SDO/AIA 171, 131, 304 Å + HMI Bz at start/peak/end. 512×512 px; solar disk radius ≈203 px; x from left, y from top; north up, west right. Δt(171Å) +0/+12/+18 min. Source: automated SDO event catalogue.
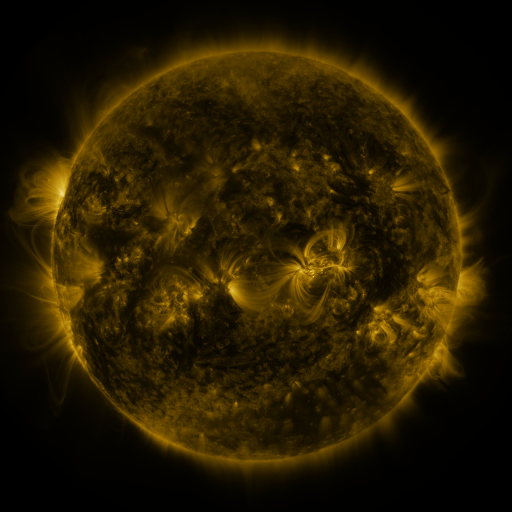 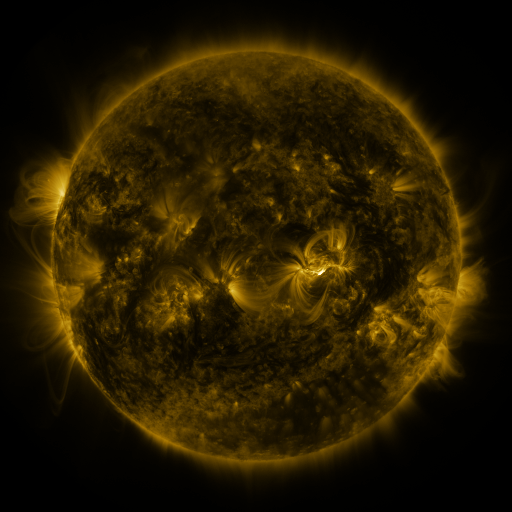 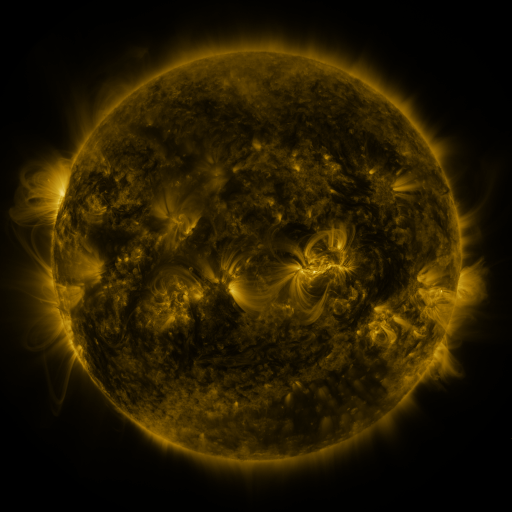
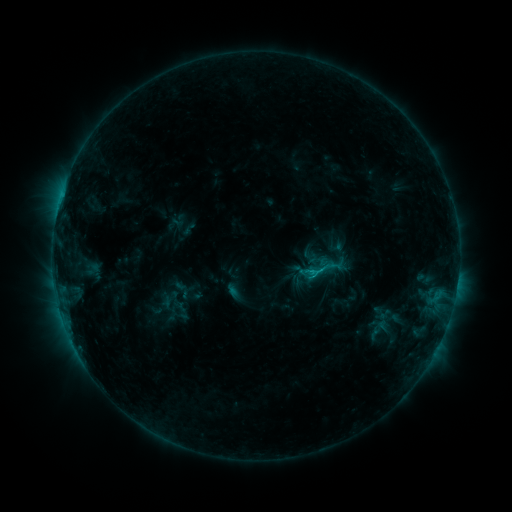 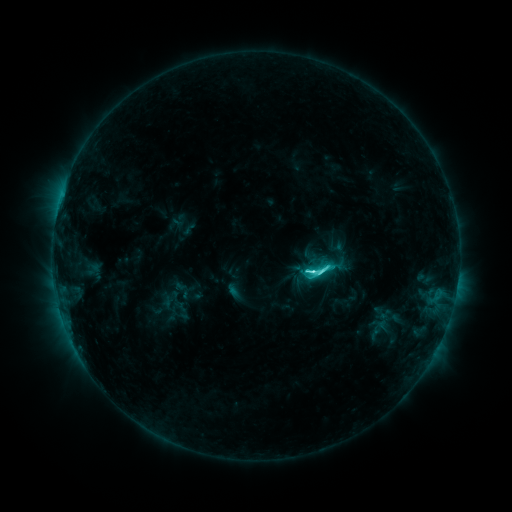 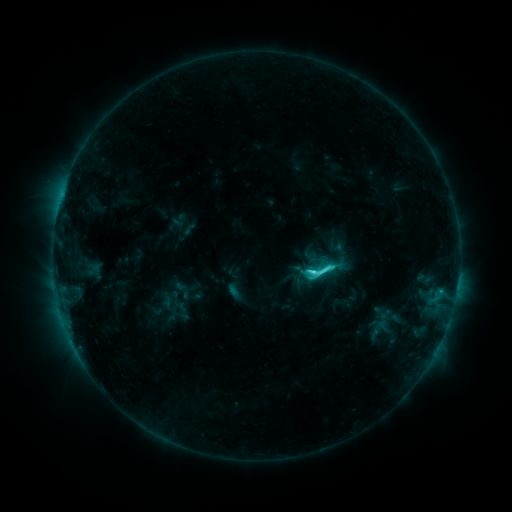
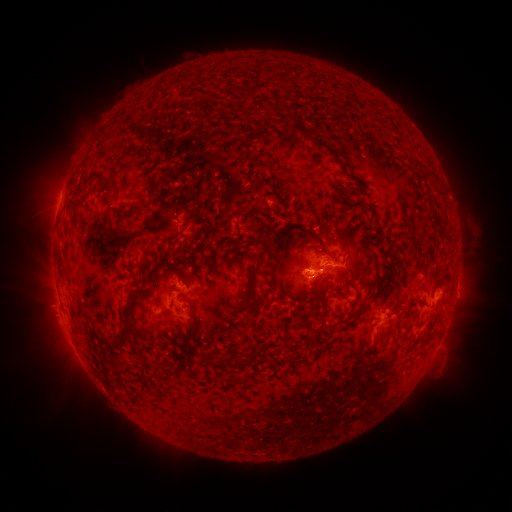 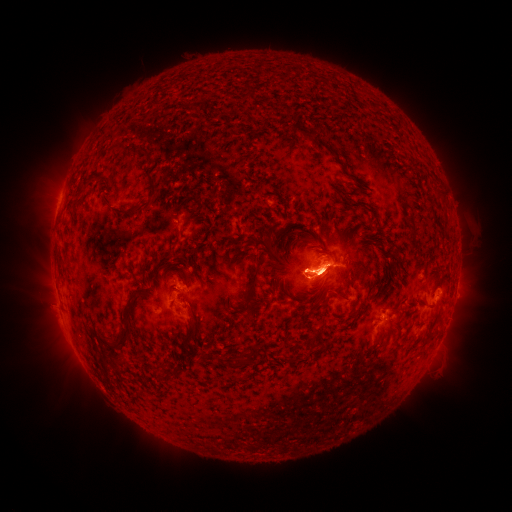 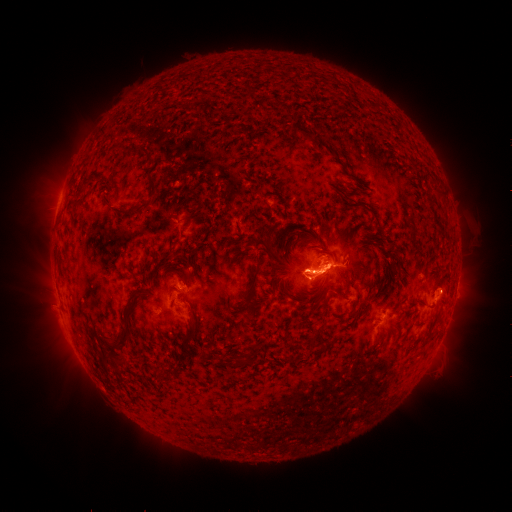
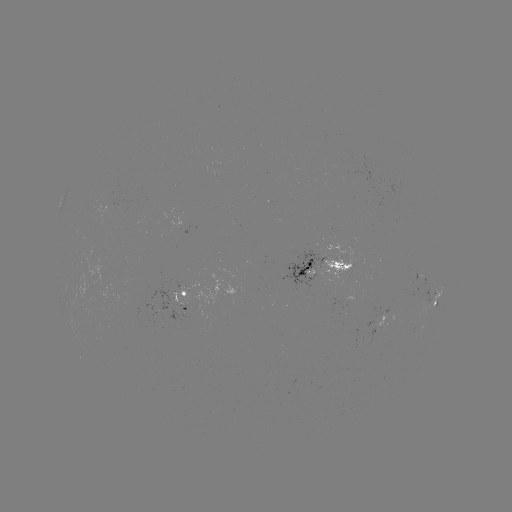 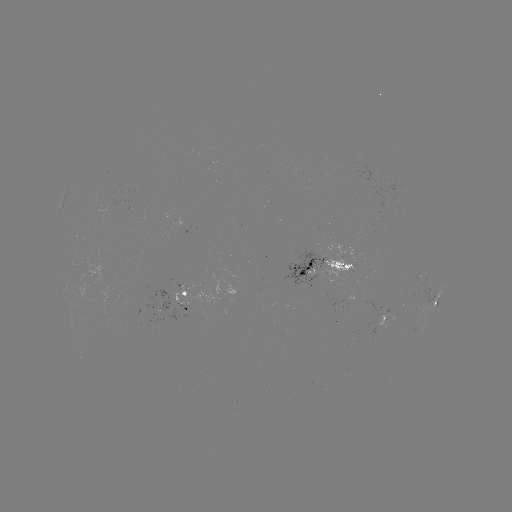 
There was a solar flare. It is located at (311, 272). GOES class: C6.0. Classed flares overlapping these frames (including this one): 1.